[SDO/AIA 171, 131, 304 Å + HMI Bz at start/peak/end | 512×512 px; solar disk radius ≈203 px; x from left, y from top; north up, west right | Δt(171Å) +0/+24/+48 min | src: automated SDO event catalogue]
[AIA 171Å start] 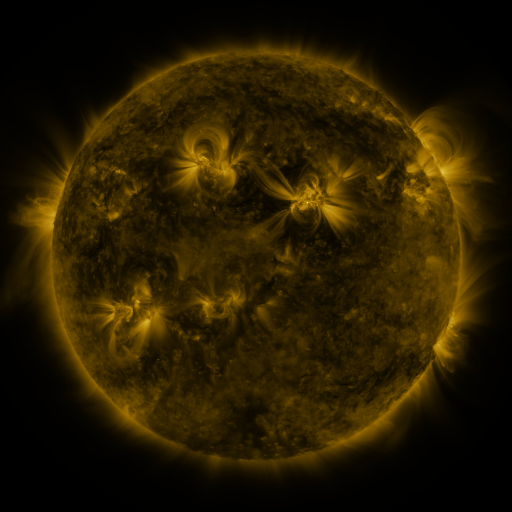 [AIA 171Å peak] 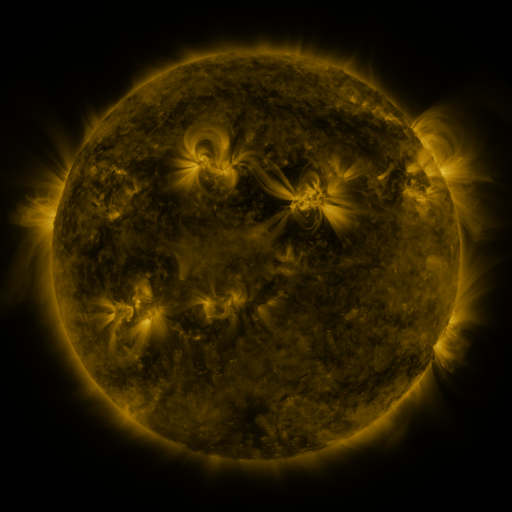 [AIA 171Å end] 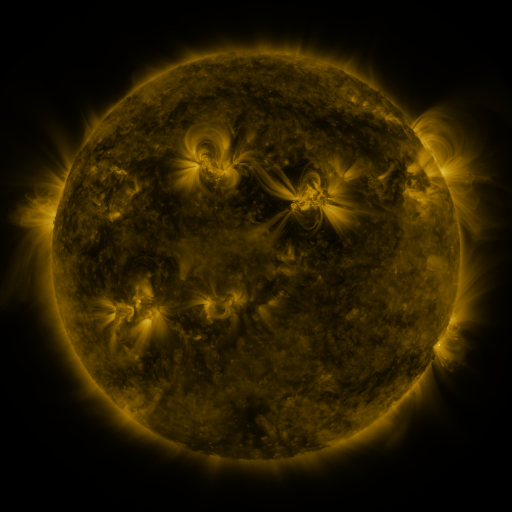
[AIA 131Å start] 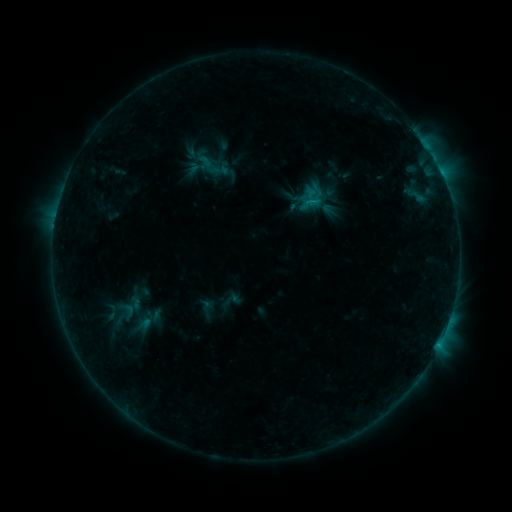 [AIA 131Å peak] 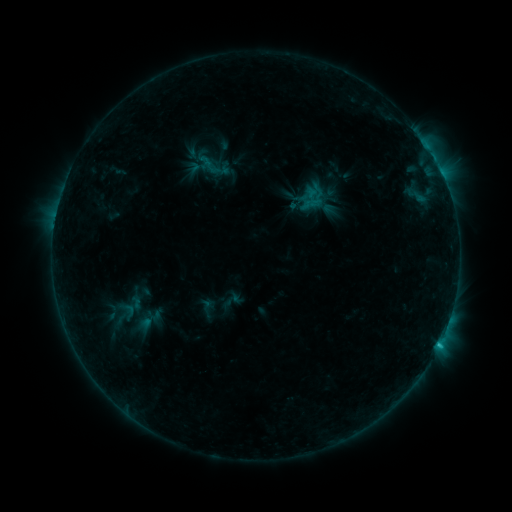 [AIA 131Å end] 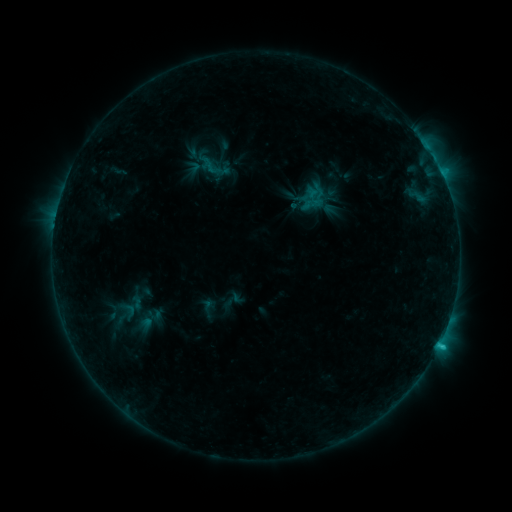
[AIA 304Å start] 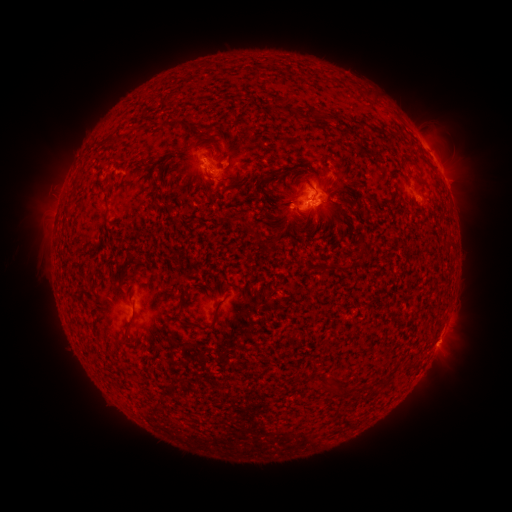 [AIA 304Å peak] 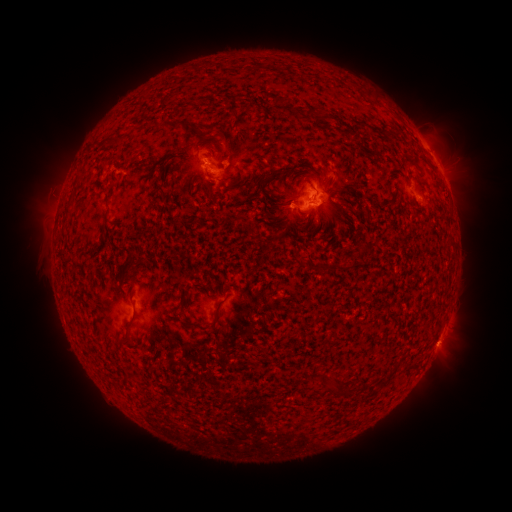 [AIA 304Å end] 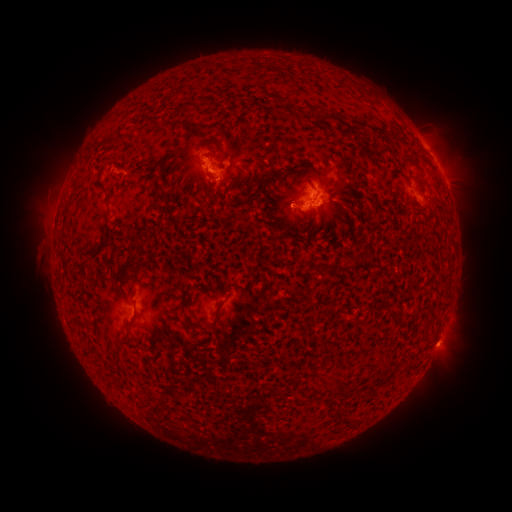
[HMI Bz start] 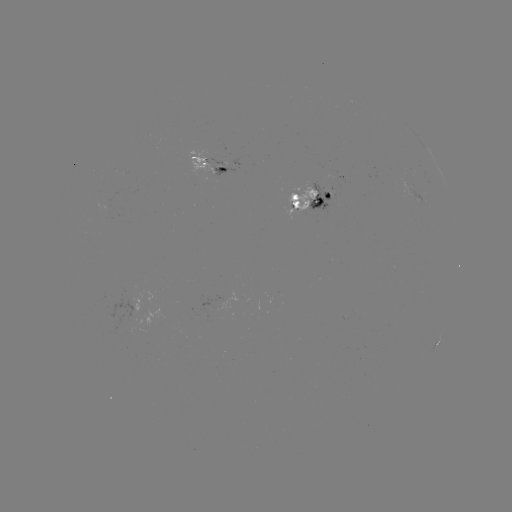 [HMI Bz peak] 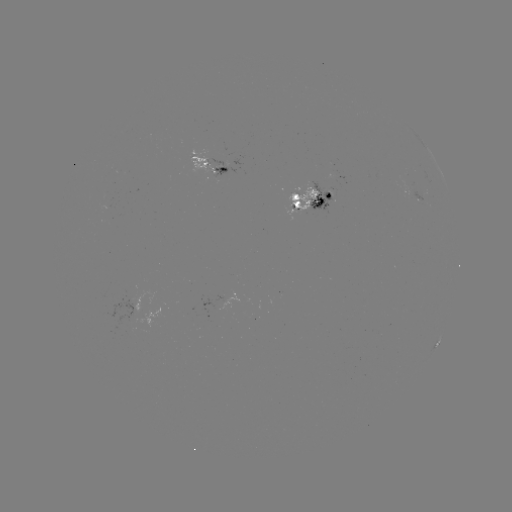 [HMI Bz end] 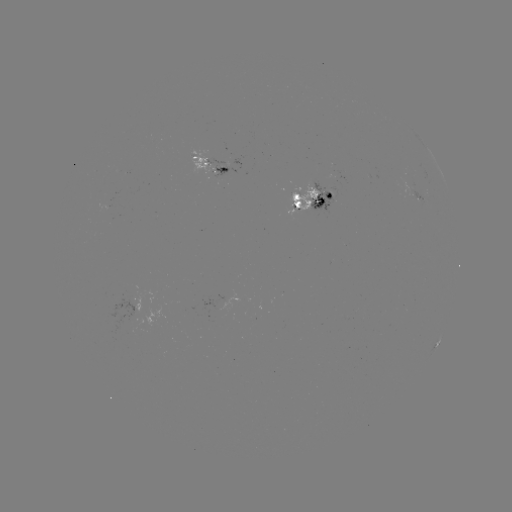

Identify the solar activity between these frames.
emerging-flux region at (129, 314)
